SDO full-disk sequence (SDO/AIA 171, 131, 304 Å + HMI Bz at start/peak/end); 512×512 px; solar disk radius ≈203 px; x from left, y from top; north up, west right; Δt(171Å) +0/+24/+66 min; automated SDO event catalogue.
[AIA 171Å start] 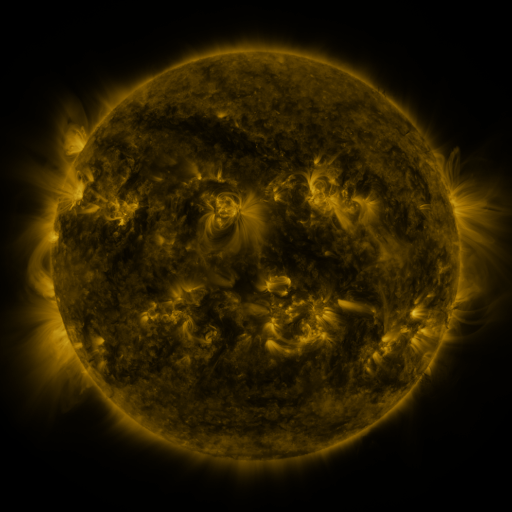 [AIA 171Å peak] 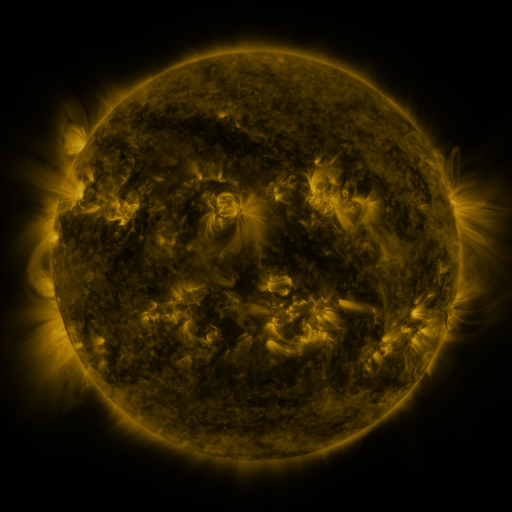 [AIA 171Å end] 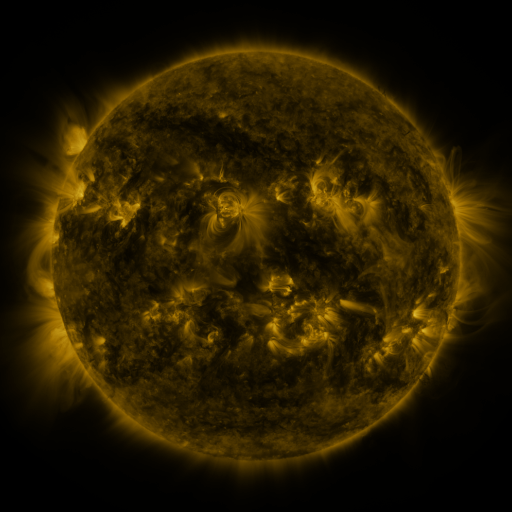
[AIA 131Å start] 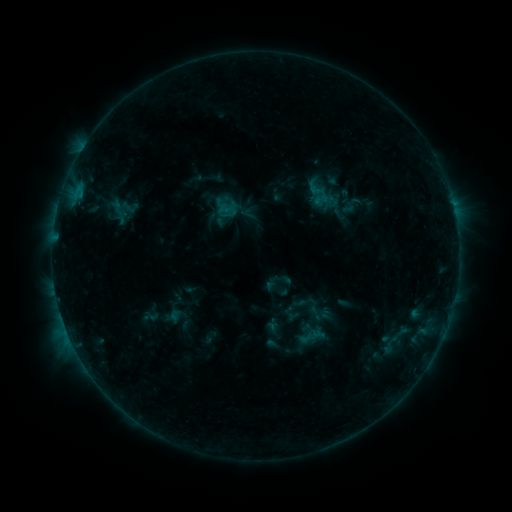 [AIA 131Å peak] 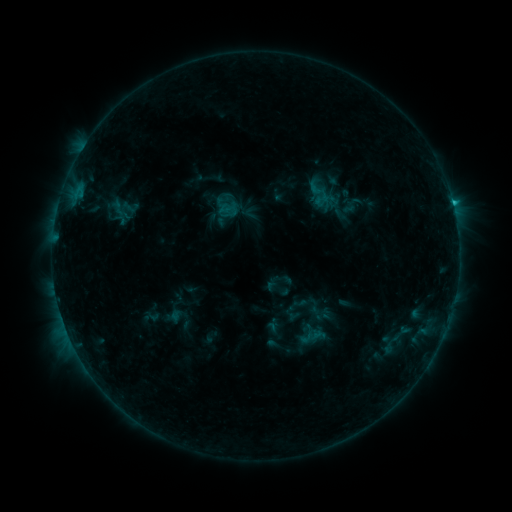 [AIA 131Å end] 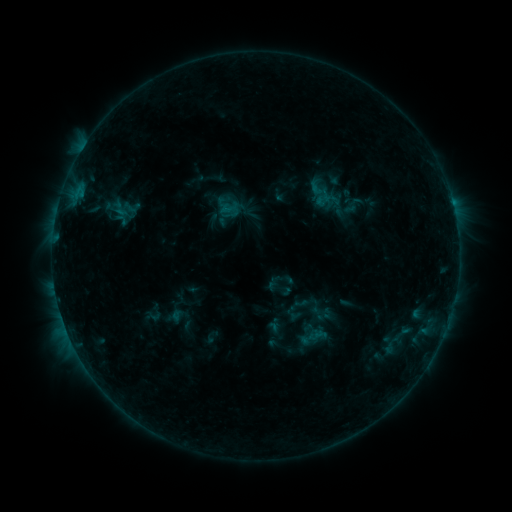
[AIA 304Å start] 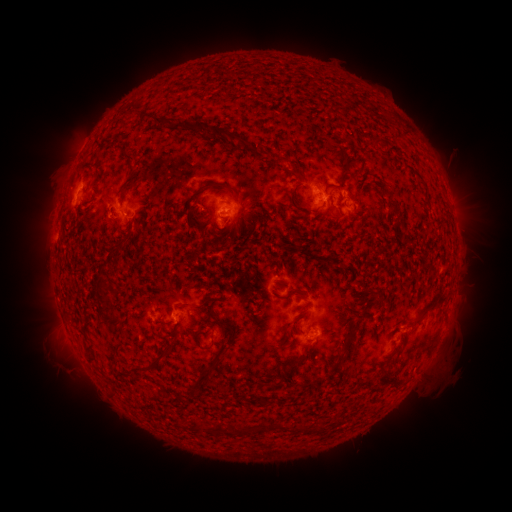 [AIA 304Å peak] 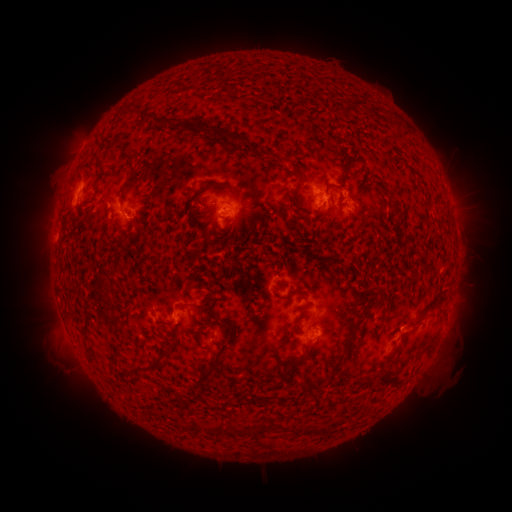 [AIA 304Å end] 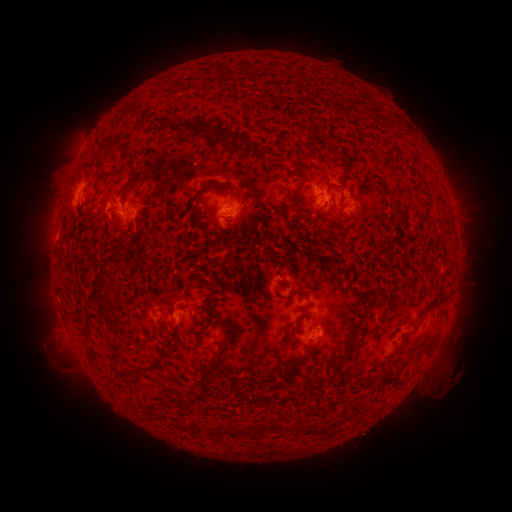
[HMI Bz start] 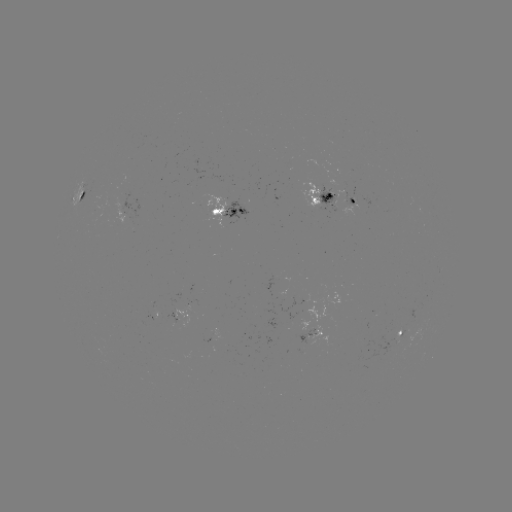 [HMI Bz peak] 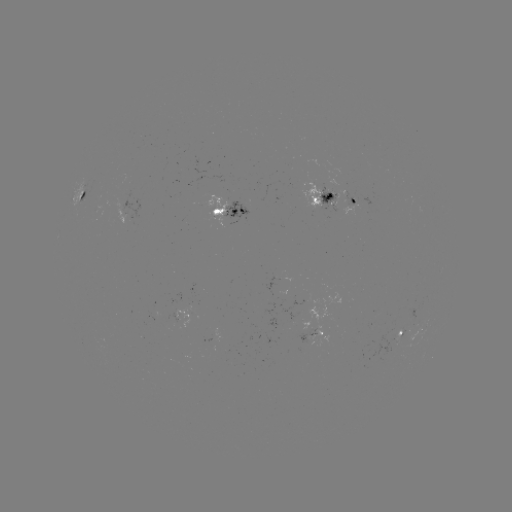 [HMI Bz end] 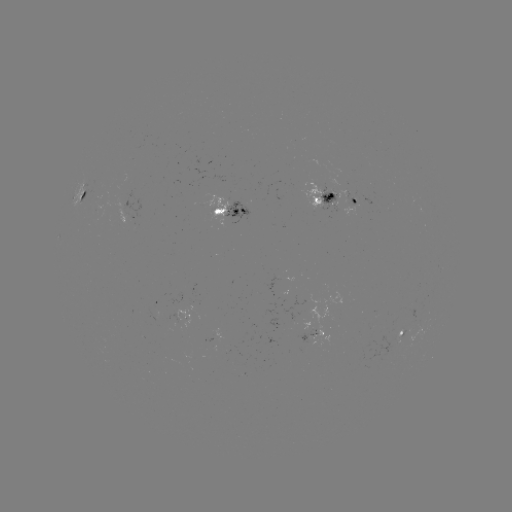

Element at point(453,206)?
B9.6 flare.